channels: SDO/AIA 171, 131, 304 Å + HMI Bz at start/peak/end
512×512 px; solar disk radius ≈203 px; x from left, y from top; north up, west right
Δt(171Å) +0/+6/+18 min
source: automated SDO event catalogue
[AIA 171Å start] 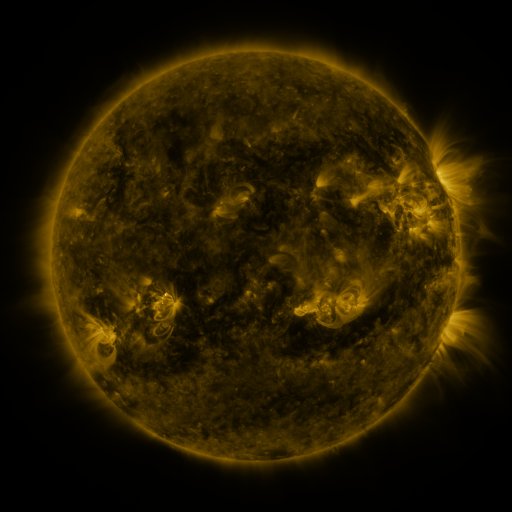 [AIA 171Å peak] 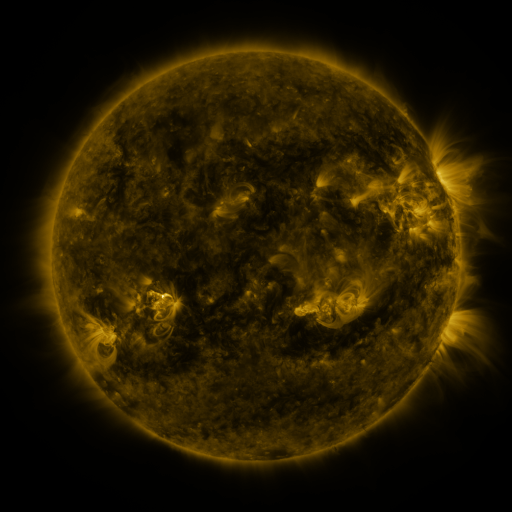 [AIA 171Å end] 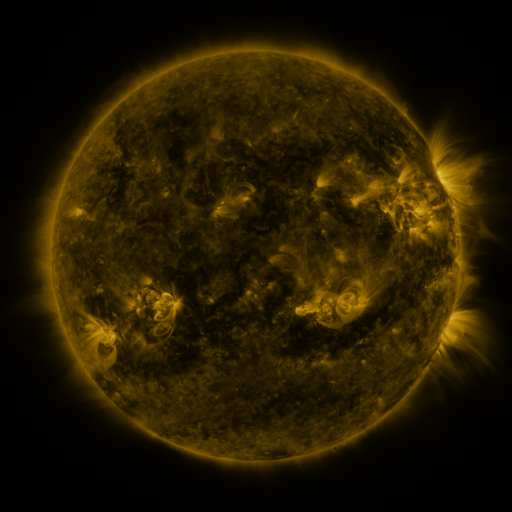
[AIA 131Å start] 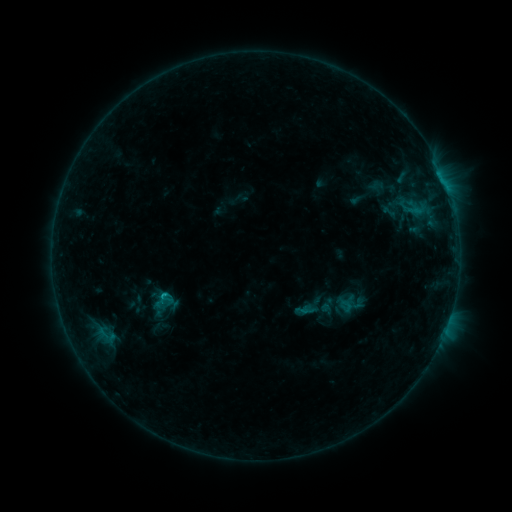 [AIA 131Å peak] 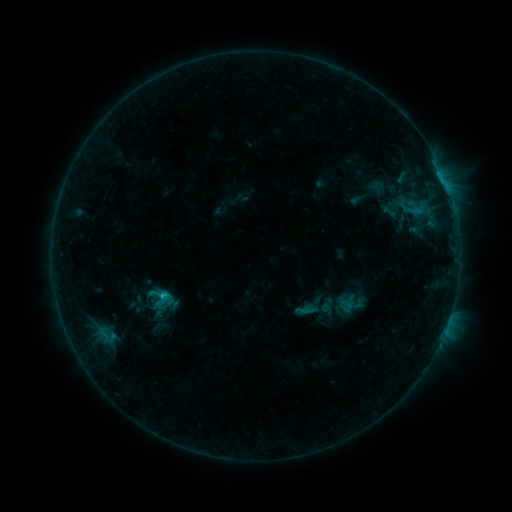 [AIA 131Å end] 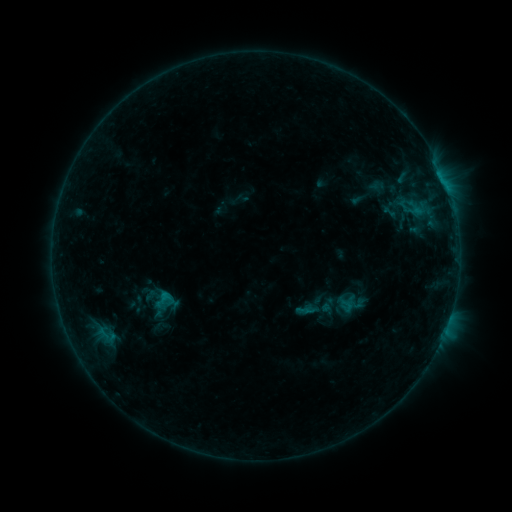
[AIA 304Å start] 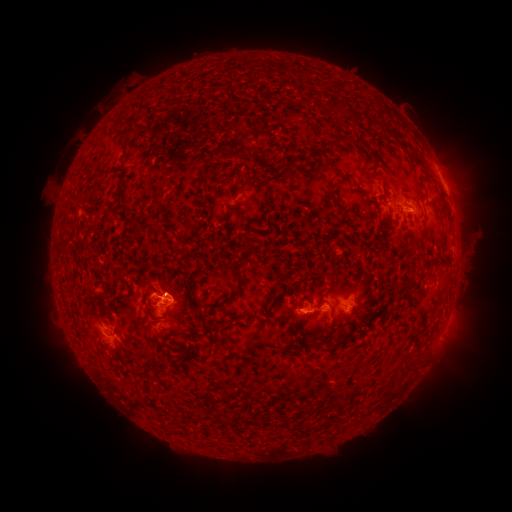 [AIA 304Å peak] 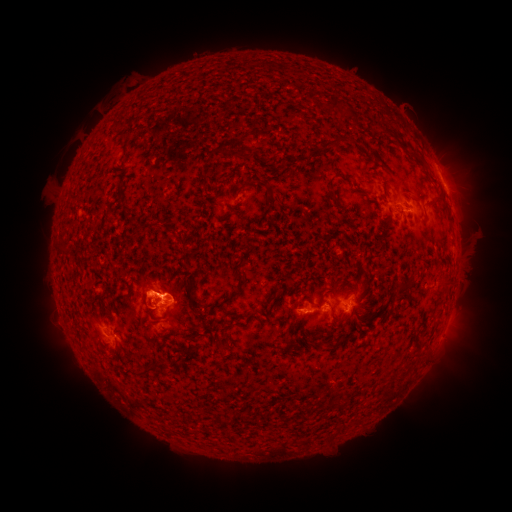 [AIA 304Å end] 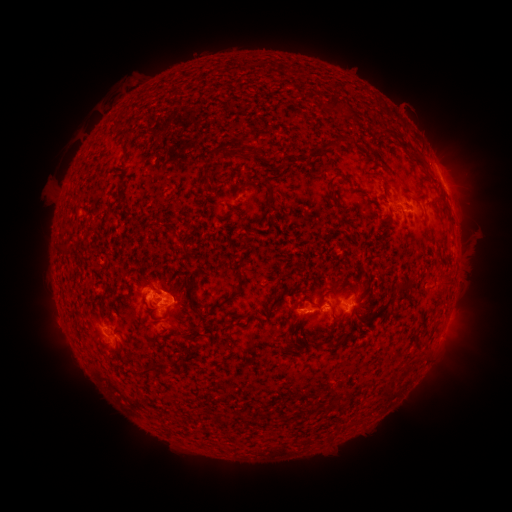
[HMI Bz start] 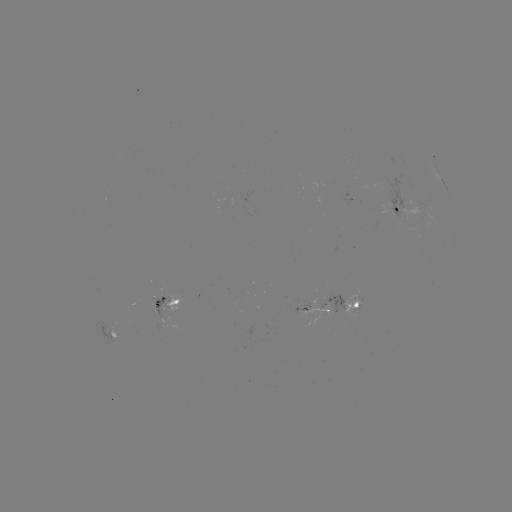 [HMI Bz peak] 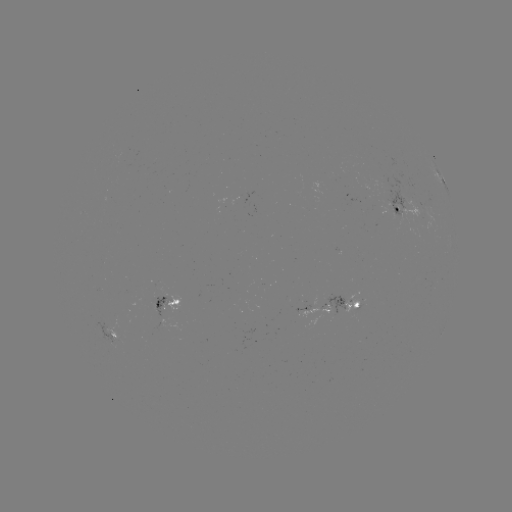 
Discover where eruption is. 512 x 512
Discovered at [146, 293].